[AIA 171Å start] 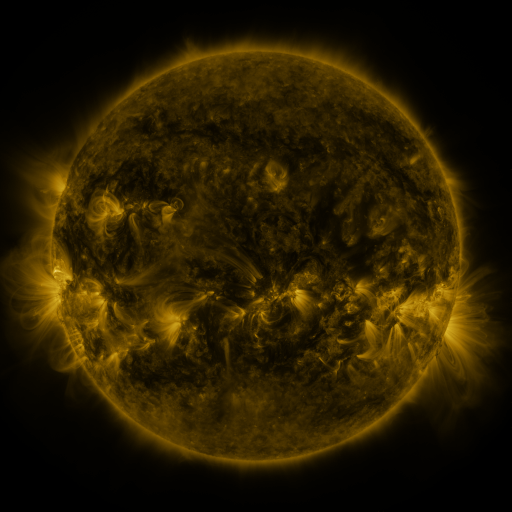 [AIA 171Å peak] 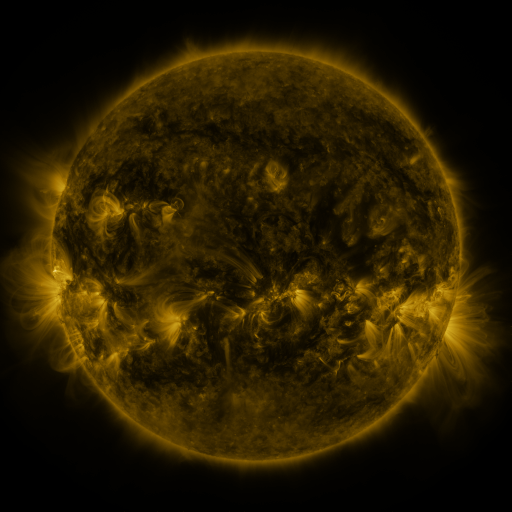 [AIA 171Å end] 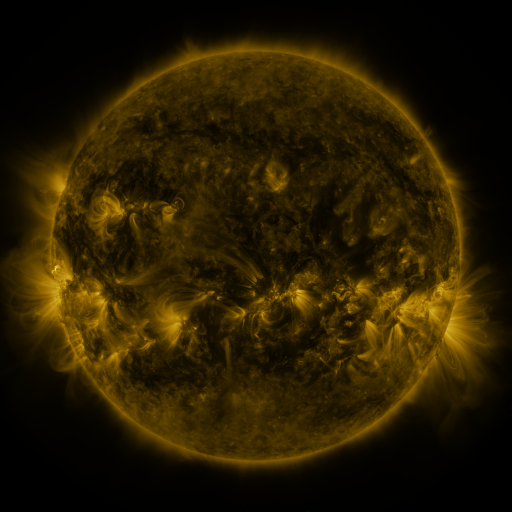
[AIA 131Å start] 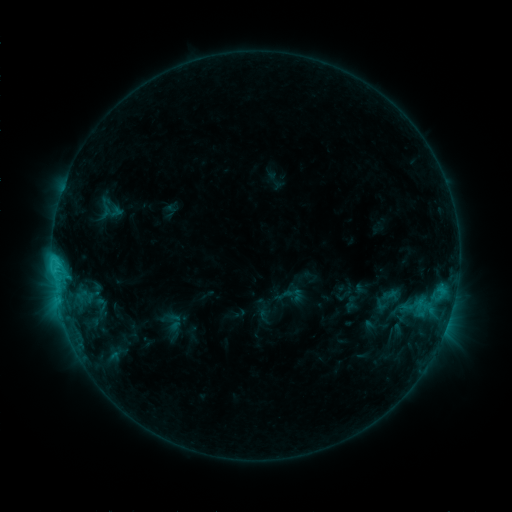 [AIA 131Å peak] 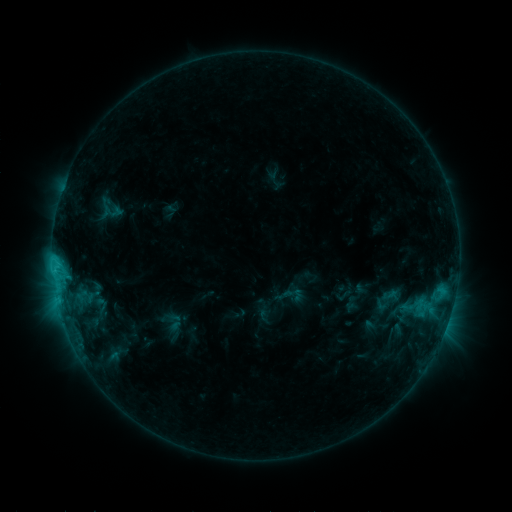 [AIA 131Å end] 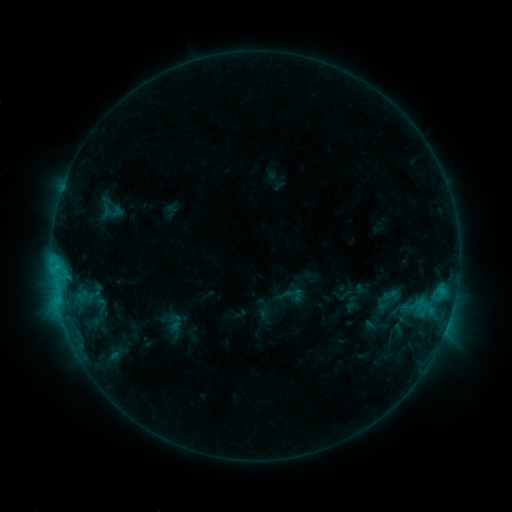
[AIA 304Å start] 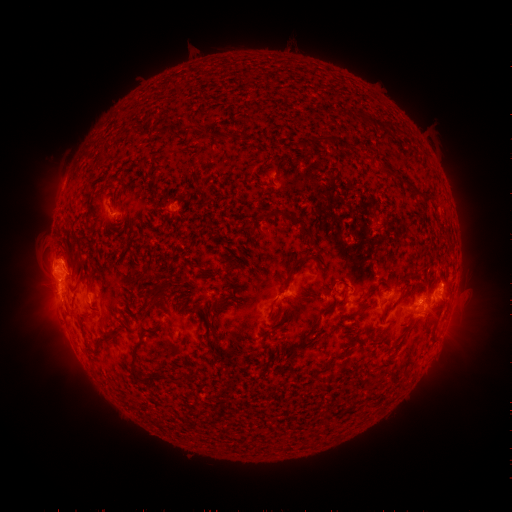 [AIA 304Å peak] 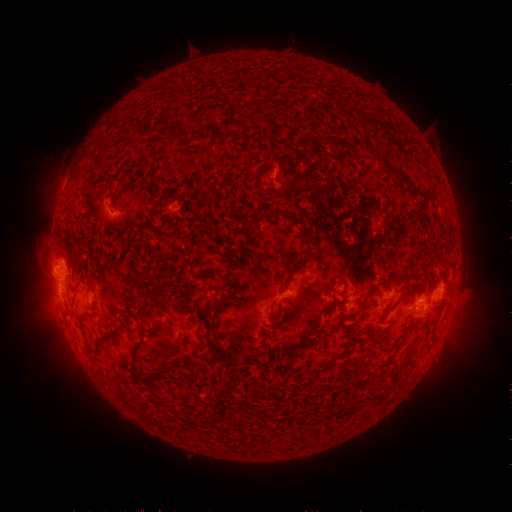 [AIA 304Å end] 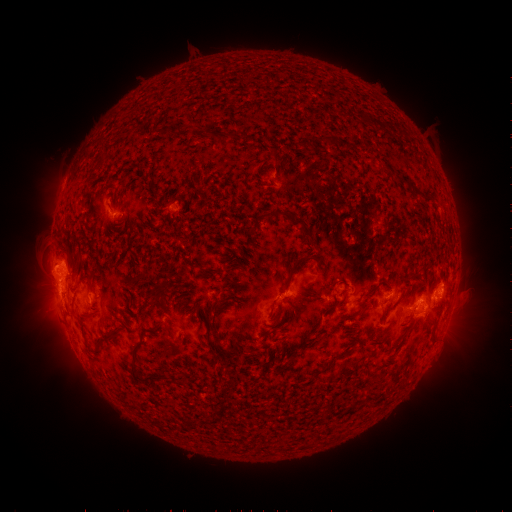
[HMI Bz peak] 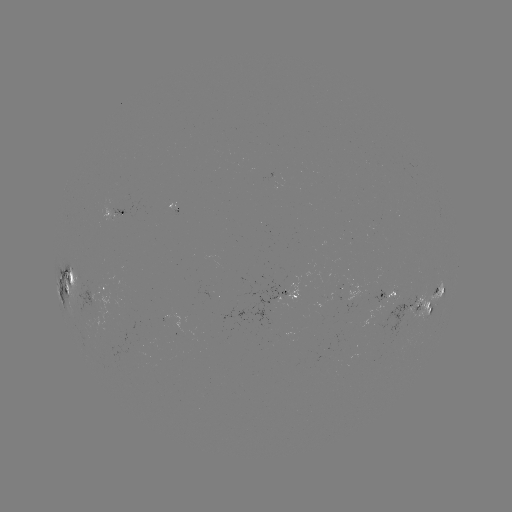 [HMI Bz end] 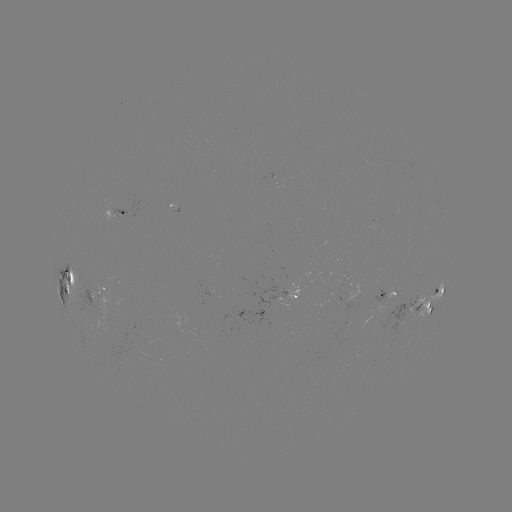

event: eruption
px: (65, 259)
